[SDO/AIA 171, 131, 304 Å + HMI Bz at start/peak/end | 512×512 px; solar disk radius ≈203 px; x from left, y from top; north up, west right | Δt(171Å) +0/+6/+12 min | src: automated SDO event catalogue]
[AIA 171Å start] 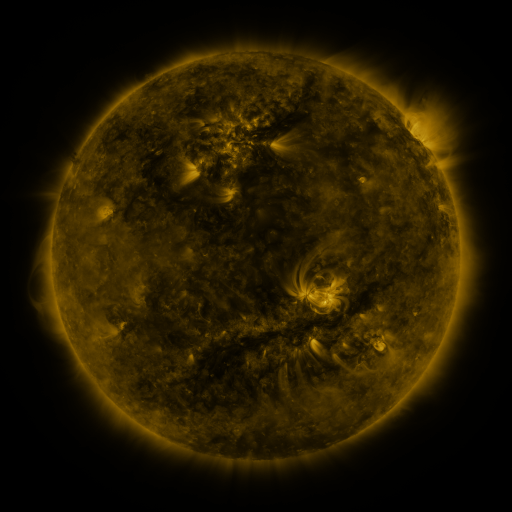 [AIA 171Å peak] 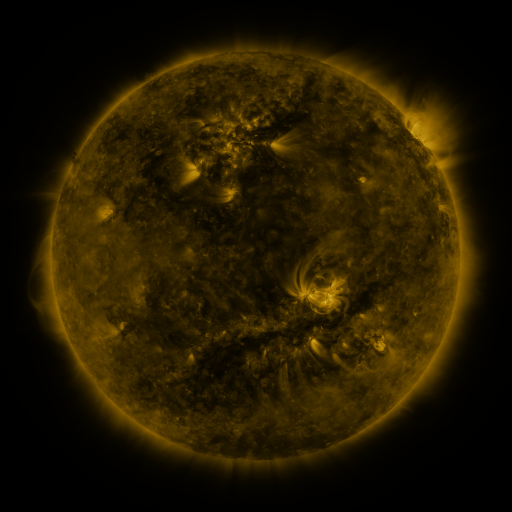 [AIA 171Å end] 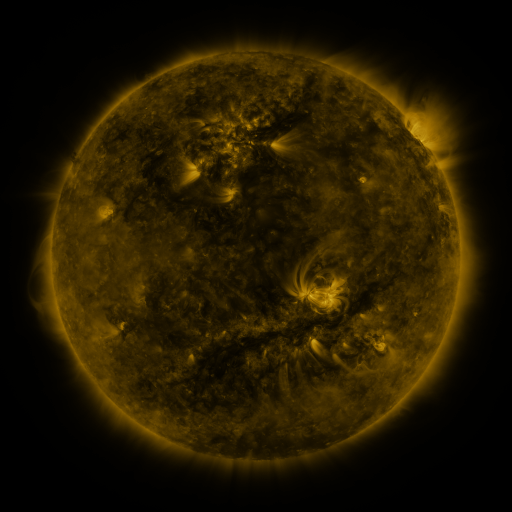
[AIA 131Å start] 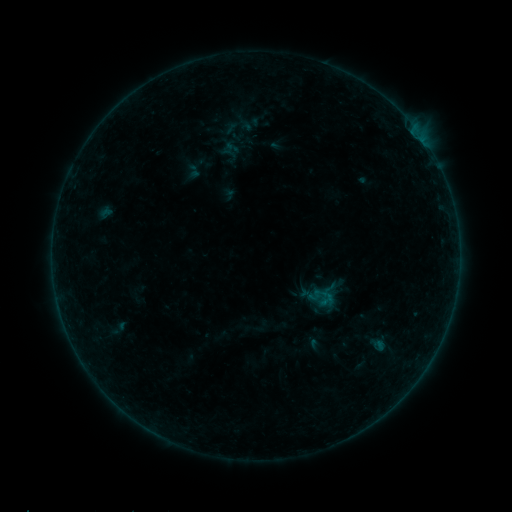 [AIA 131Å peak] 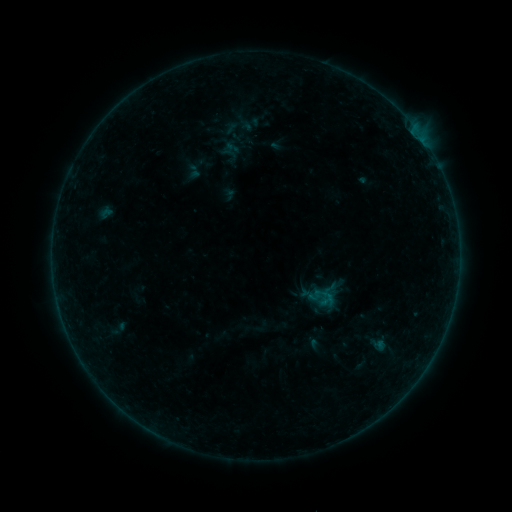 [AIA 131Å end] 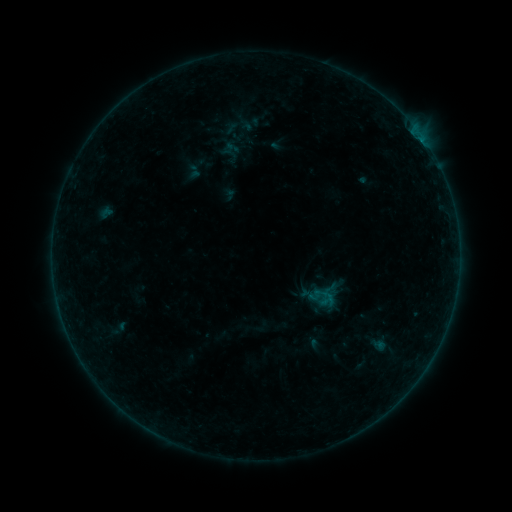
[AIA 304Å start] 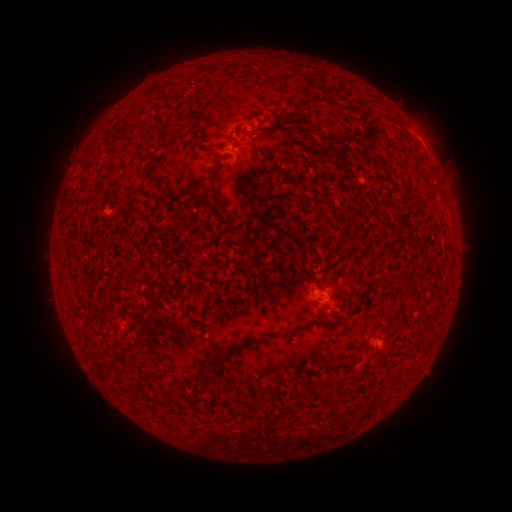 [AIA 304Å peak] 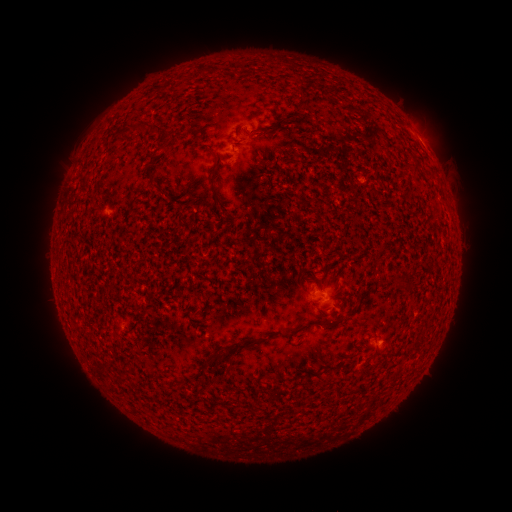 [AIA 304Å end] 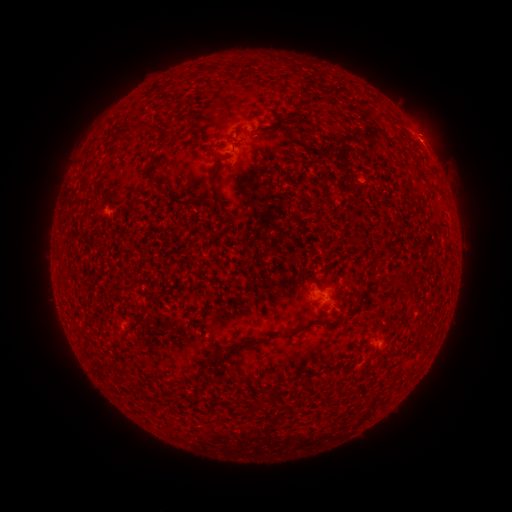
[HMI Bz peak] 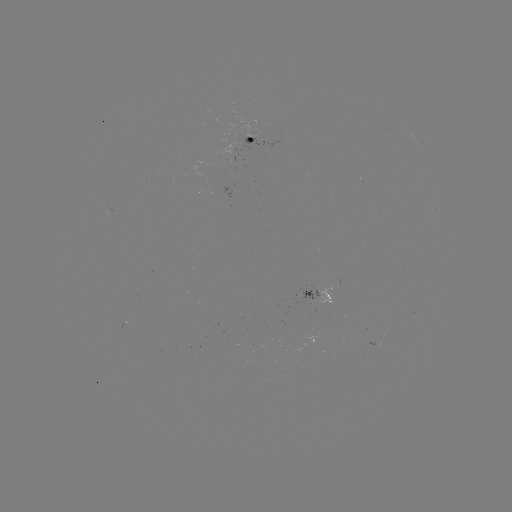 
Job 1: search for B4.0 flare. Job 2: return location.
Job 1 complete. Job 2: (124, 323).